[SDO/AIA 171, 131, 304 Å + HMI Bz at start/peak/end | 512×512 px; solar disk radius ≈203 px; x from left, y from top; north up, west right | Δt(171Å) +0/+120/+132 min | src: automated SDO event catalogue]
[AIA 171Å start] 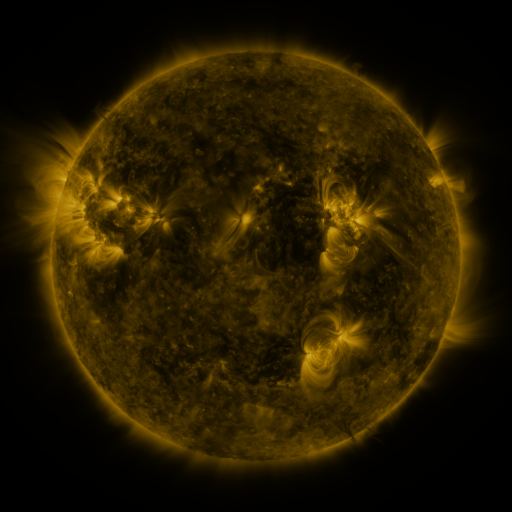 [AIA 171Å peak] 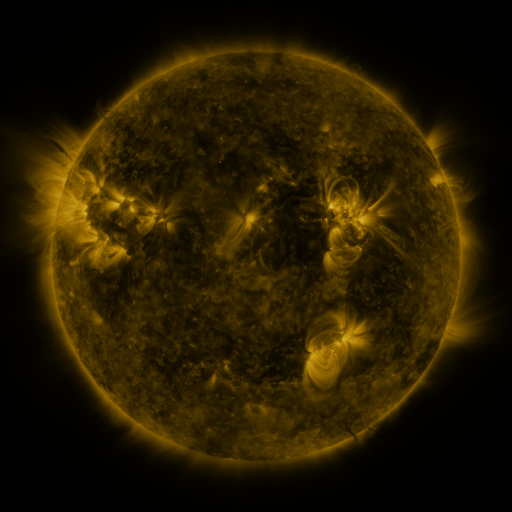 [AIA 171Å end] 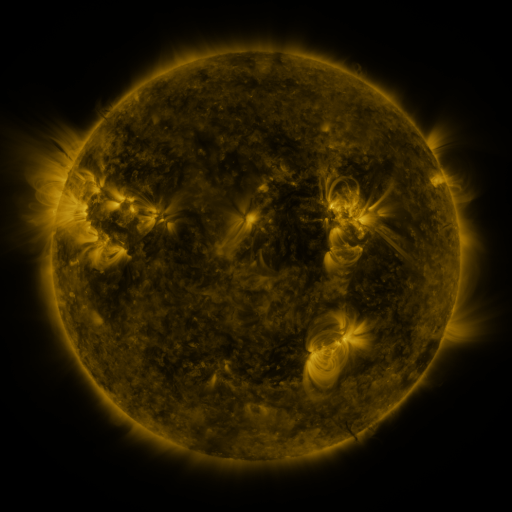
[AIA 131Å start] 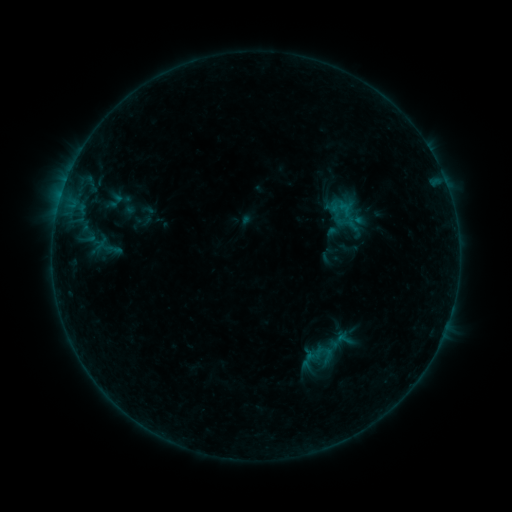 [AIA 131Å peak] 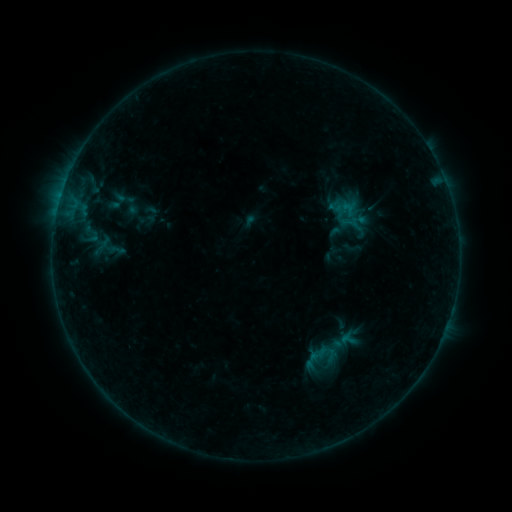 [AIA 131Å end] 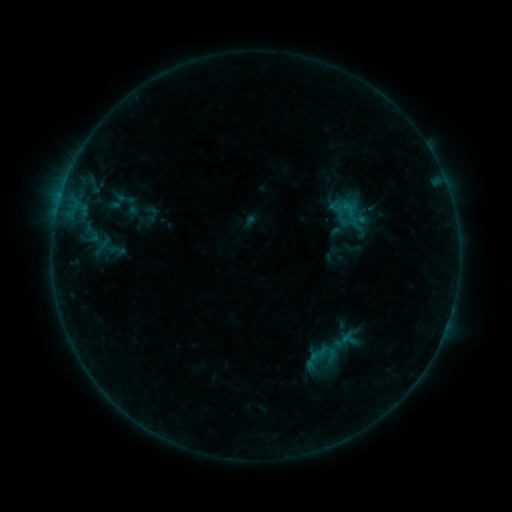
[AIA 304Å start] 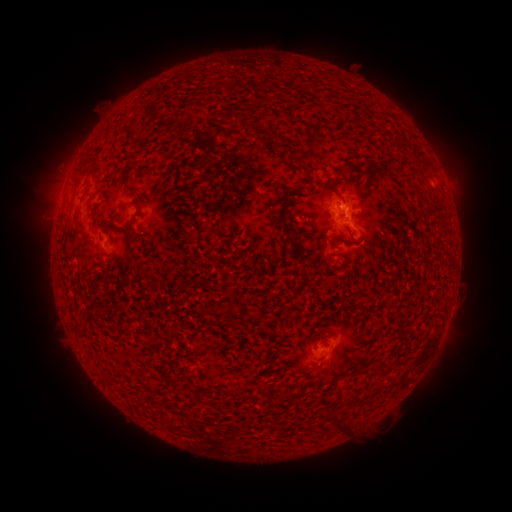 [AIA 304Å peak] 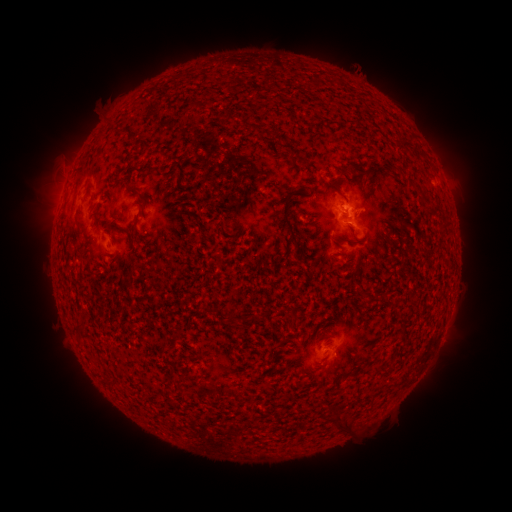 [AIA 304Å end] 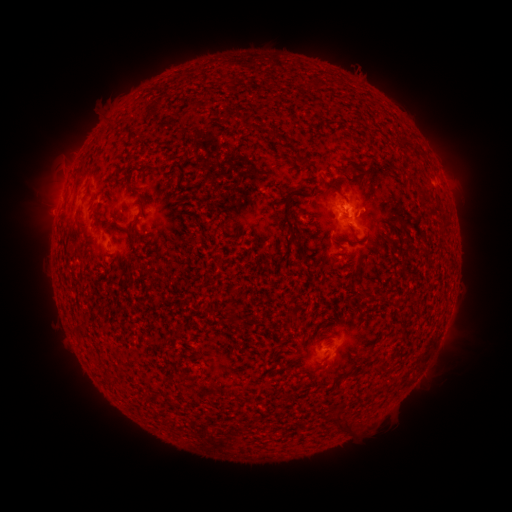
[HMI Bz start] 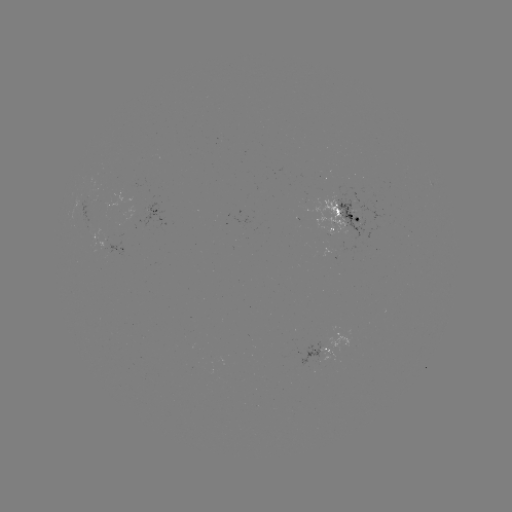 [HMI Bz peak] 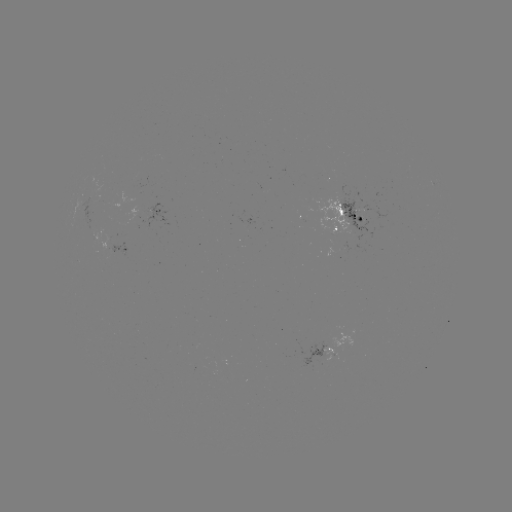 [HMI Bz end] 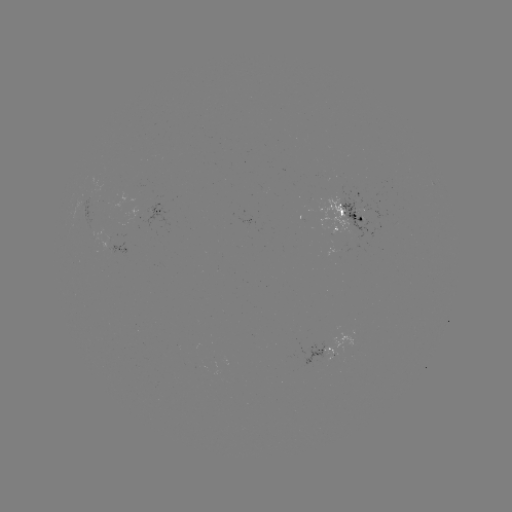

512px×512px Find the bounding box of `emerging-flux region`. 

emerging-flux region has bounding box [85, 197, 96, 229].